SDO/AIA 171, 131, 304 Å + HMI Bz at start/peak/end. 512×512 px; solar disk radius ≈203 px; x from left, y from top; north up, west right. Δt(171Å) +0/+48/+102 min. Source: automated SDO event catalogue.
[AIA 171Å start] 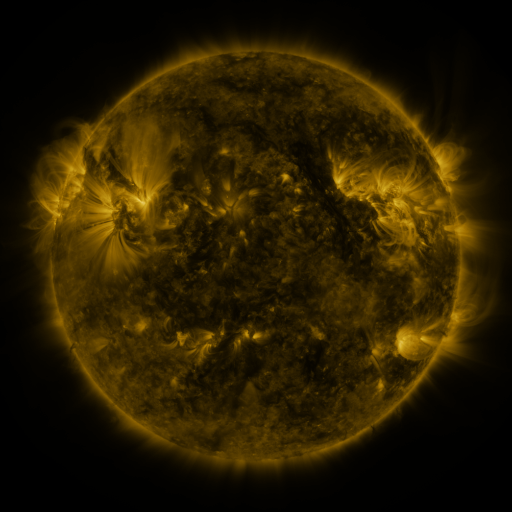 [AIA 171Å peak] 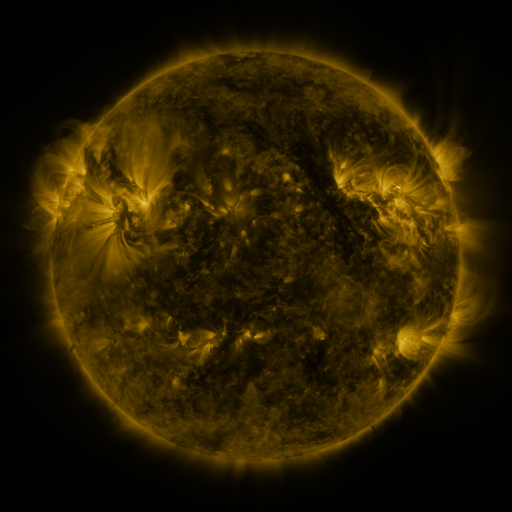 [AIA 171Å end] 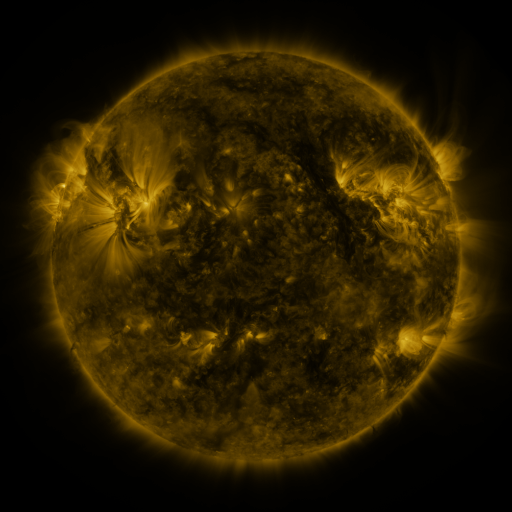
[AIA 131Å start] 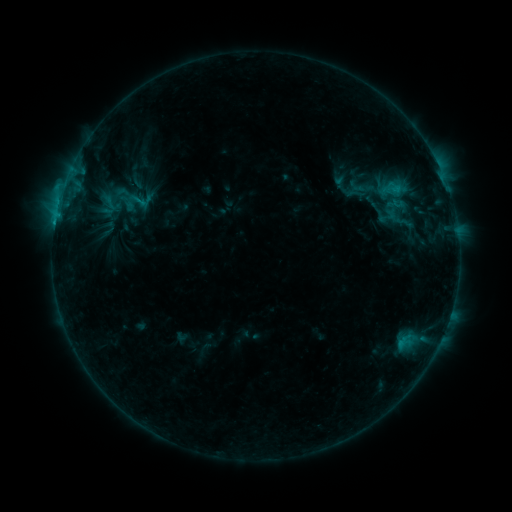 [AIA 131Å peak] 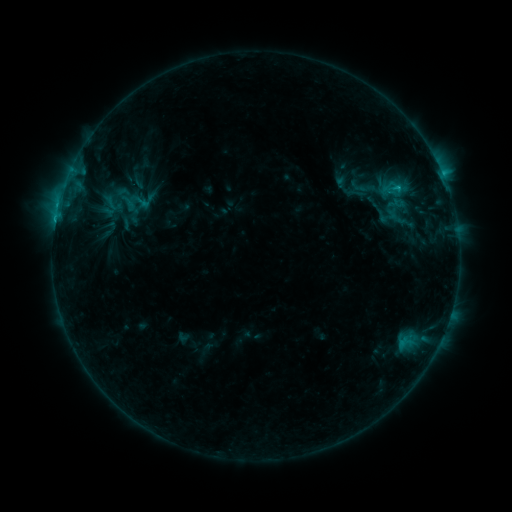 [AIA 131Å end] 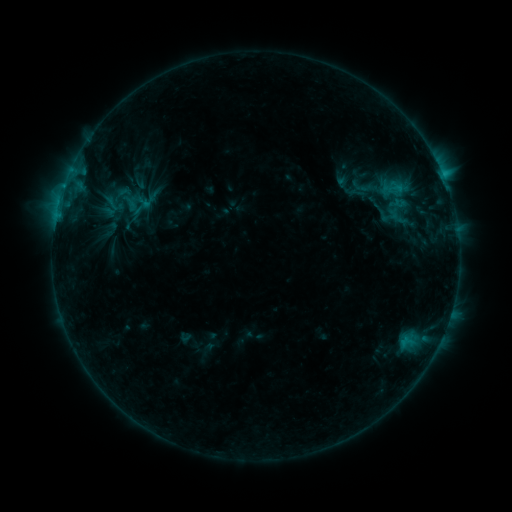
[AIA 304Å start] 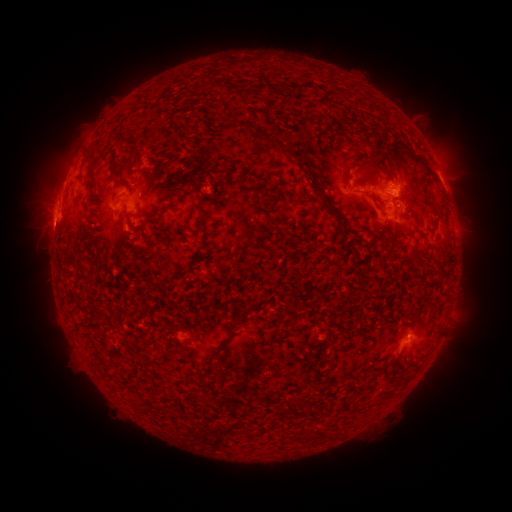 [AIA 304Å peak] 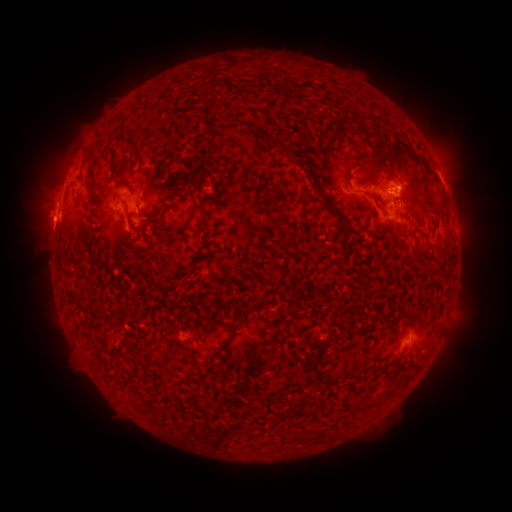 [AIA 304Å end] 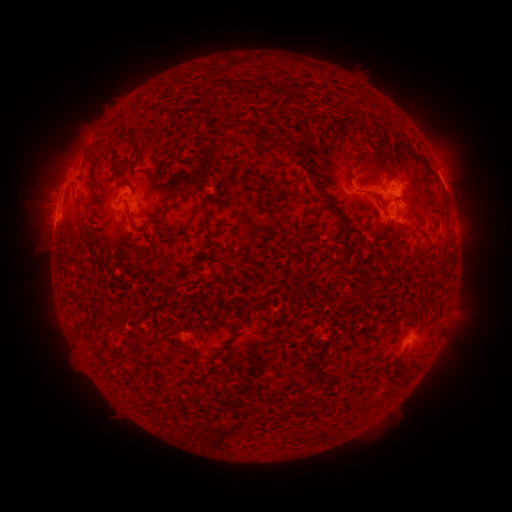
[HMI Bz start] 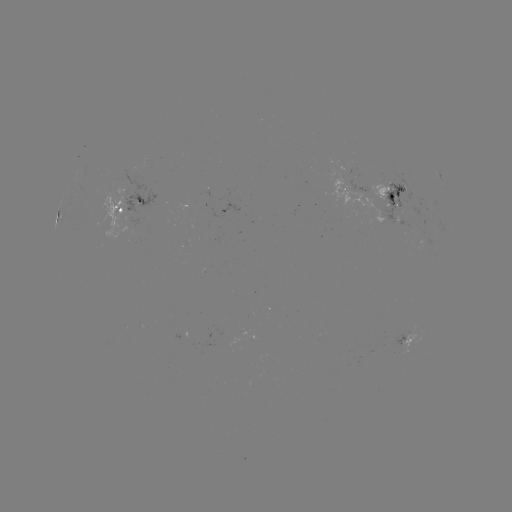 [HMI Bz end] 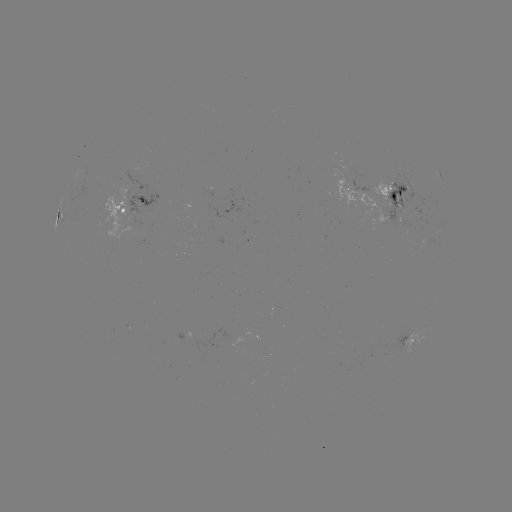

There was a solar flare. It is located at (396, 188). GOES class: C2.1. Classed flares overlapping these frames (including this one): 1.